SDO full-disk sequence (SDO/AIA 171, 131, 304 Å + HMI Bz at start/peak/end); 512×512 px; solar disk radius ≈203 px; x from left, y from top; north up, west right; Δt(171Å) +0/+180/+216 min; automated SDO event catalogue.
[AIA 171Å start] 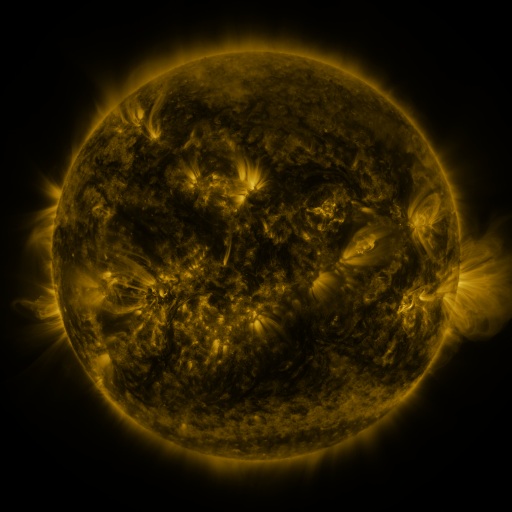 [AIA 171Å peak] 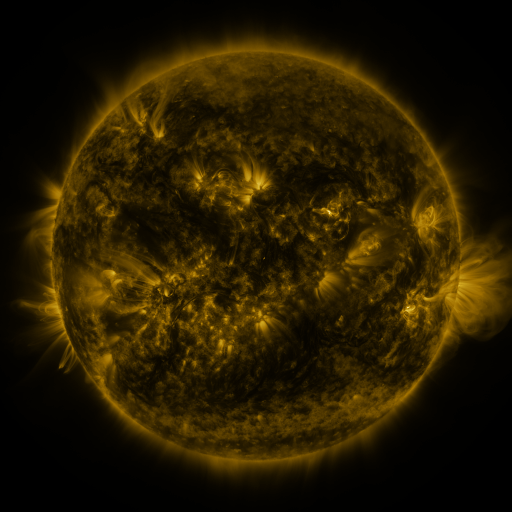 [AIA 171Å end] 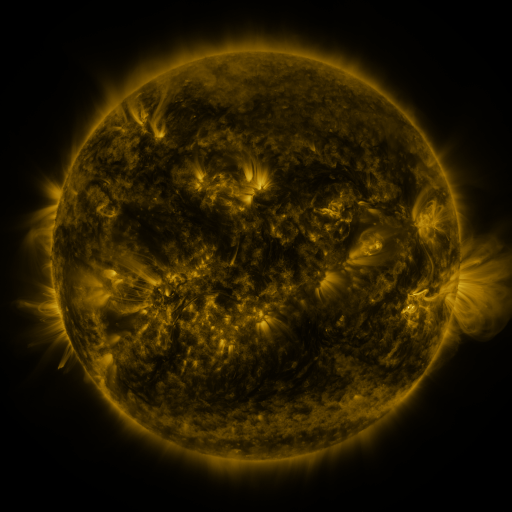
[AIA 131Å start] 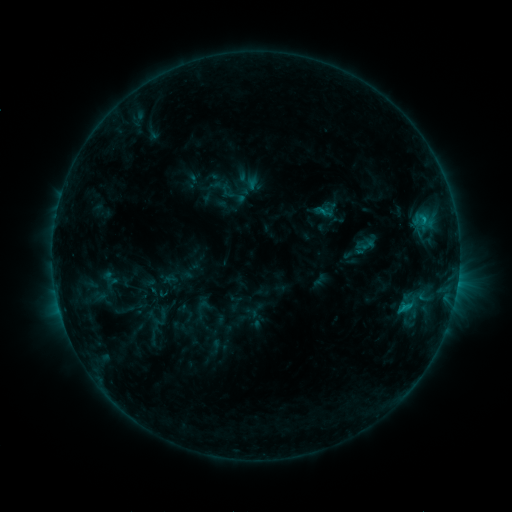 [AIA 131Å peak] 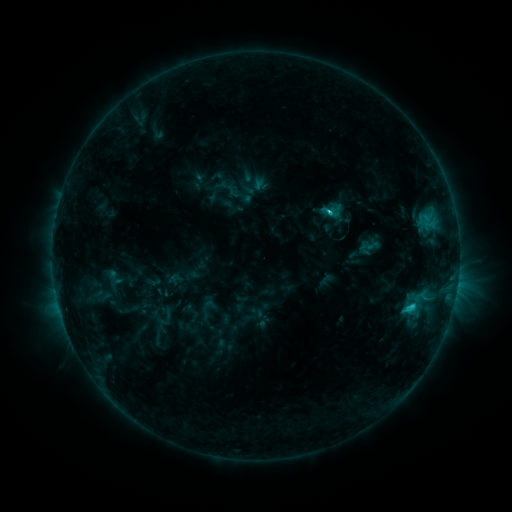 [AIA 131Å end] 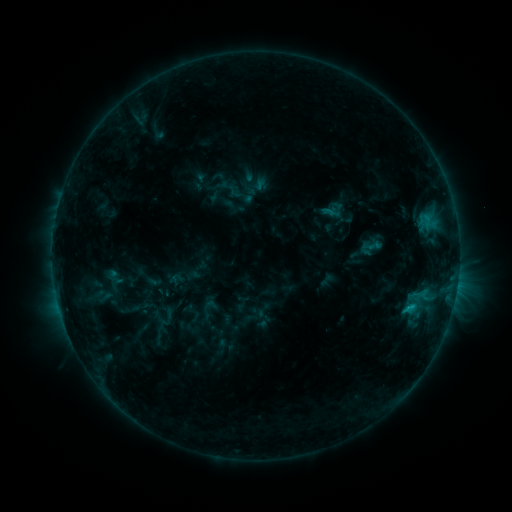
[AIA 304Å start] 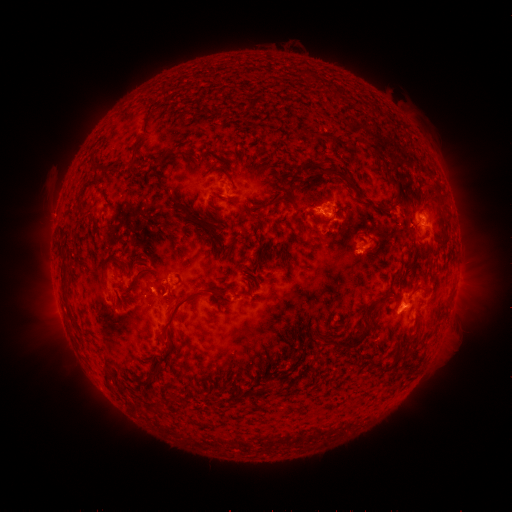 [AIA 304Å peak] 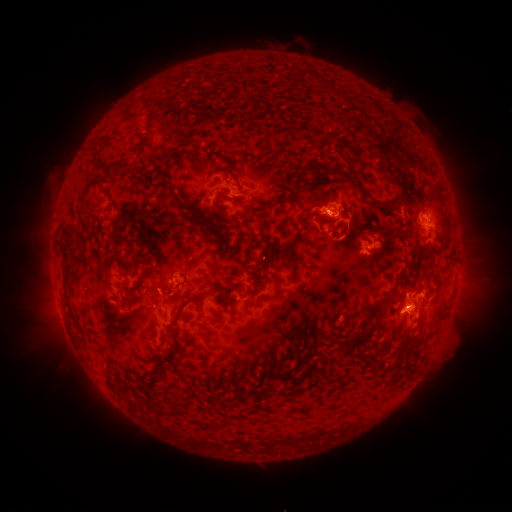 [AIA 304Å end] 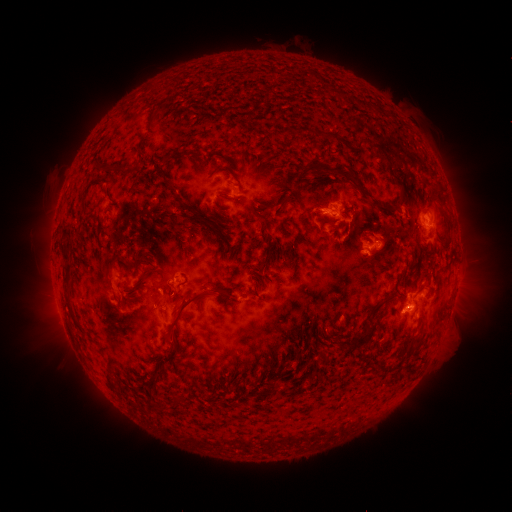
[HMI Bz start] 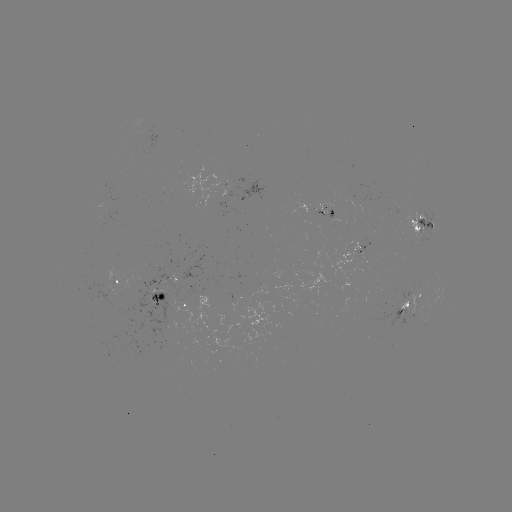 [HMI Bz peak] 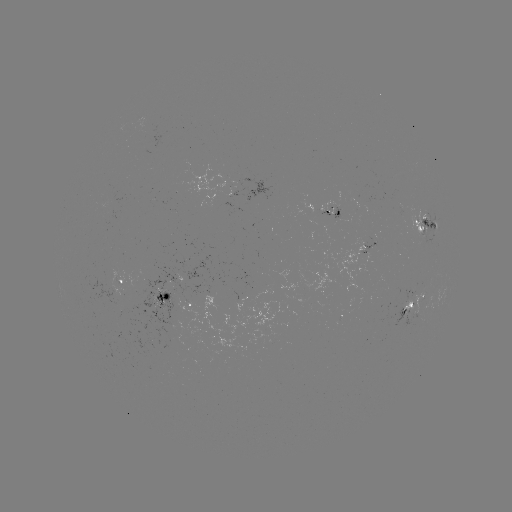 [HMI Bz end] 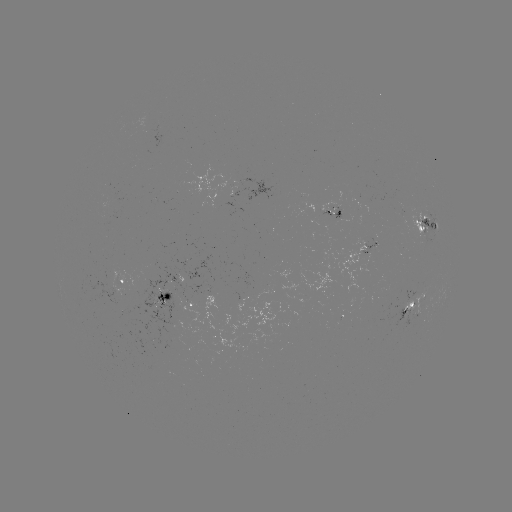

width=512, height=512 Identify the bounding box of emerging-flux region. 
[318, 202, 340, 219].